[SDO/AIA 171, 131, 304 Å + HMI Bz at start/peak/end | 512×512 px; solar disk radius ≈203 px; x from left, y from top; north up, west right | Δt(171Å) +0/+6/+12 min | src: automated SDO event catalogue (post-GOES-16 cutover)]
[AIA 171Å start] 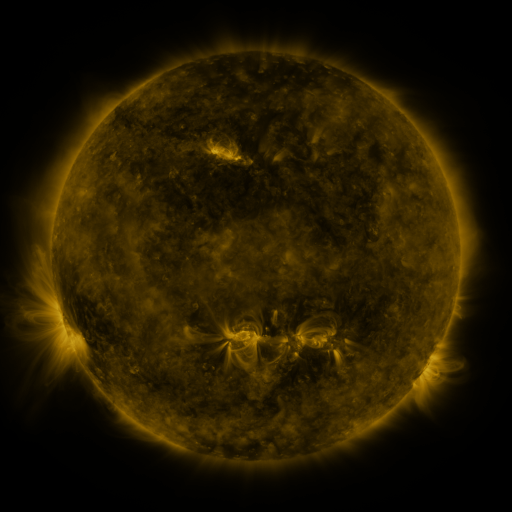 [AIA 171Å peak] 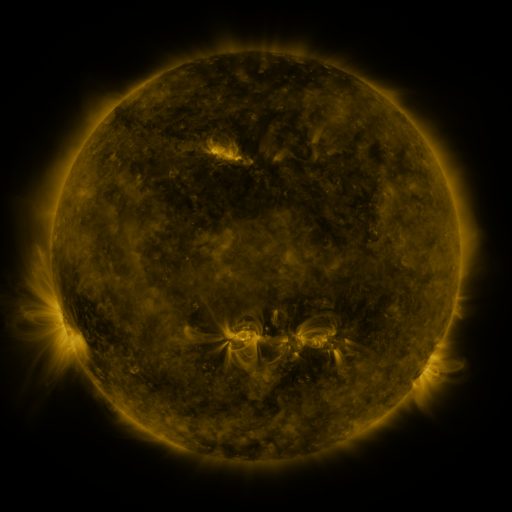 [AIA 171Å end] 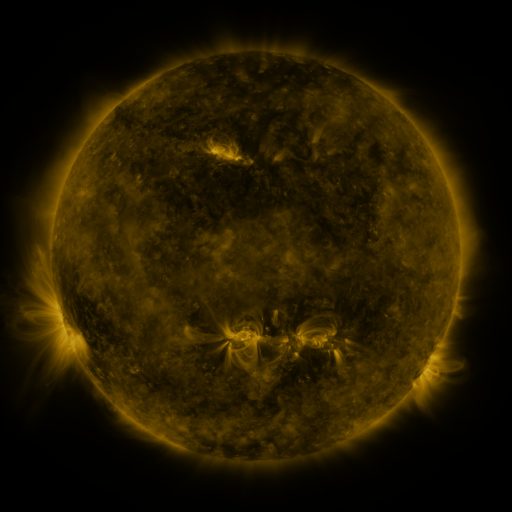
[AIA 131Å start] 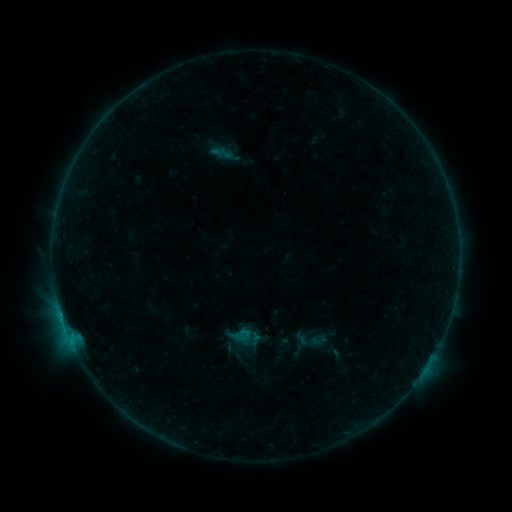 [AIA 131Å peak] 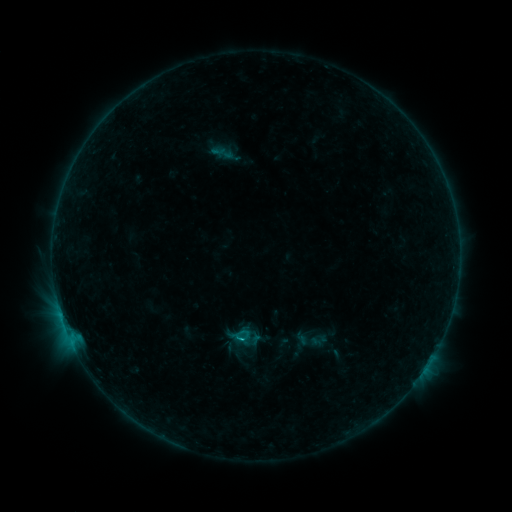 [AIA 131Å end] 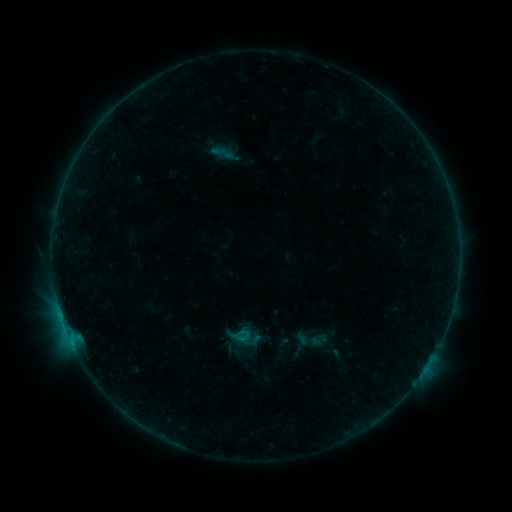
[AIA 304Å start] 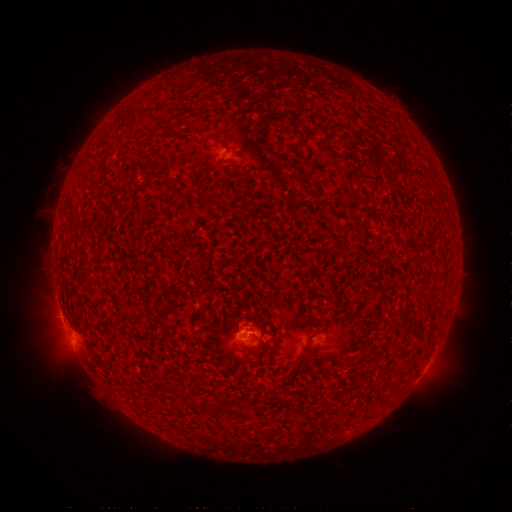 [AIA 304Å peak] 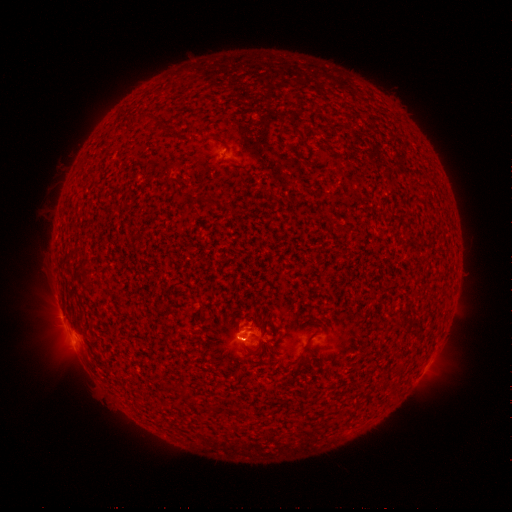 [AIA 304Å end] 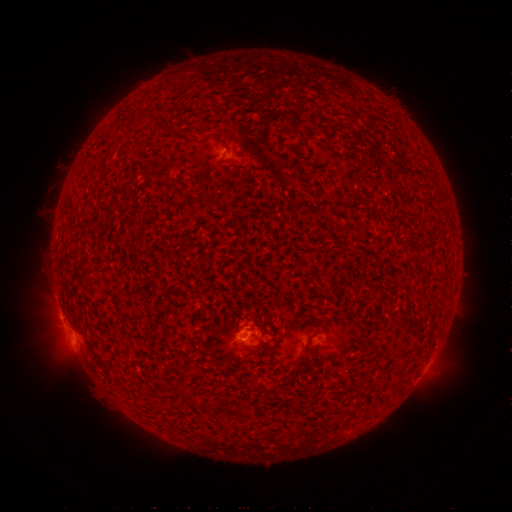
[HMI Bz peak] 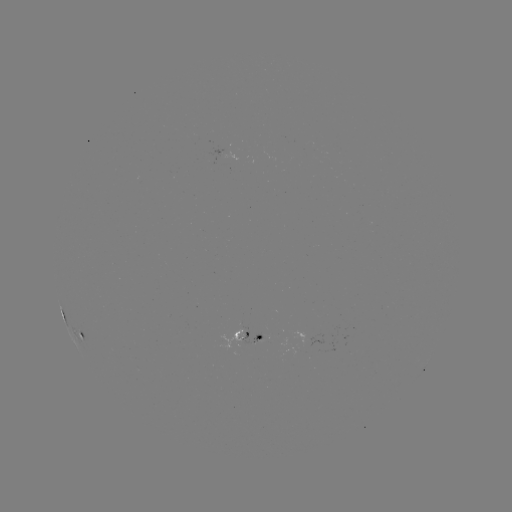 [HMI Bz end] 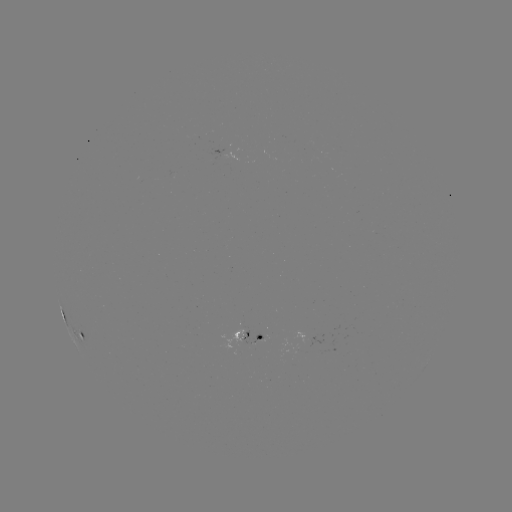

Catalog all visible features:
B8.0 flare: (242, 338)
